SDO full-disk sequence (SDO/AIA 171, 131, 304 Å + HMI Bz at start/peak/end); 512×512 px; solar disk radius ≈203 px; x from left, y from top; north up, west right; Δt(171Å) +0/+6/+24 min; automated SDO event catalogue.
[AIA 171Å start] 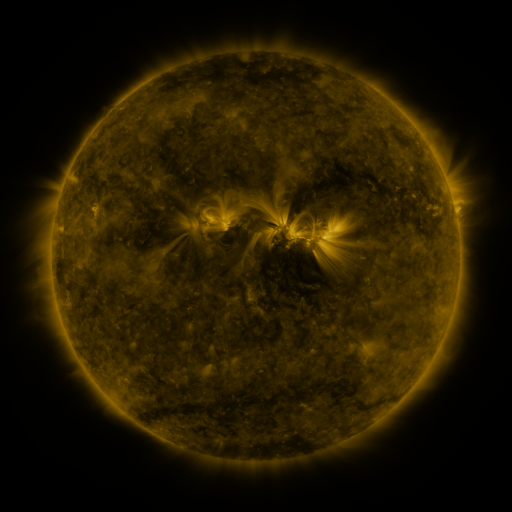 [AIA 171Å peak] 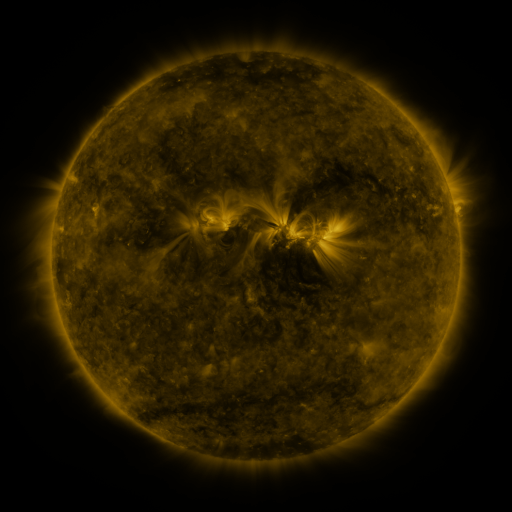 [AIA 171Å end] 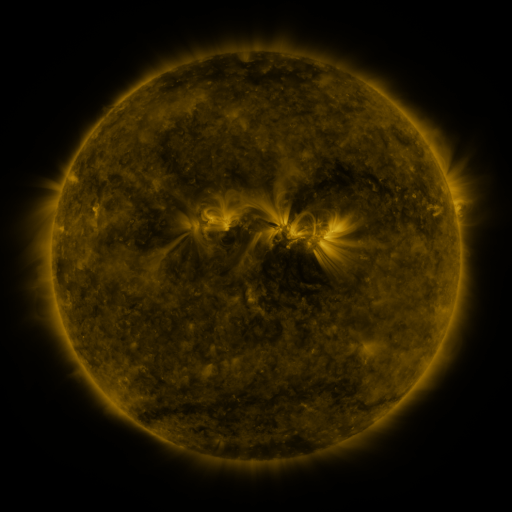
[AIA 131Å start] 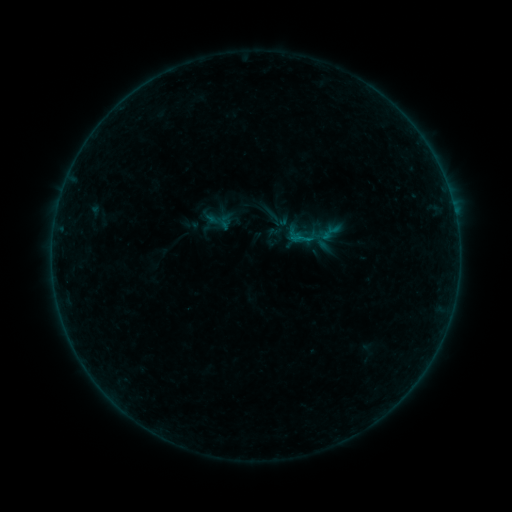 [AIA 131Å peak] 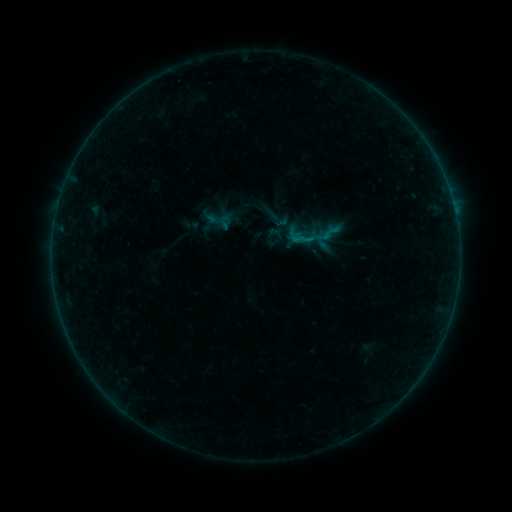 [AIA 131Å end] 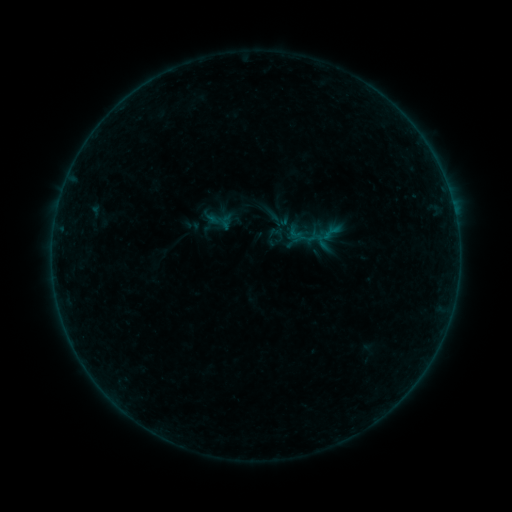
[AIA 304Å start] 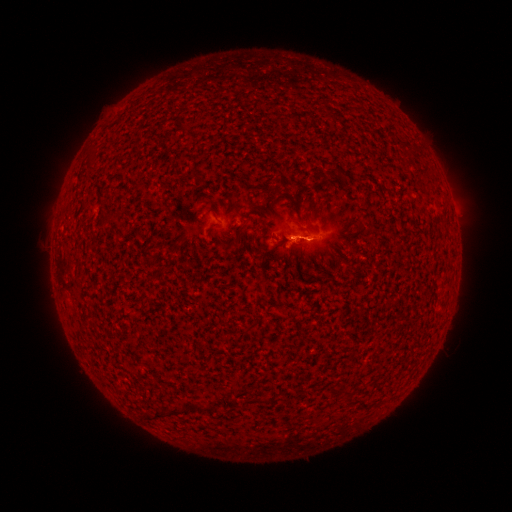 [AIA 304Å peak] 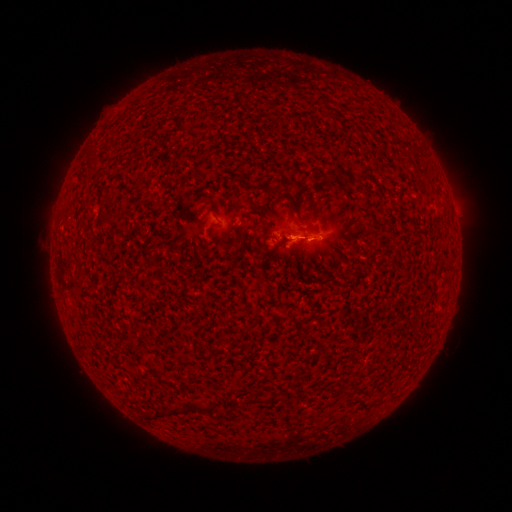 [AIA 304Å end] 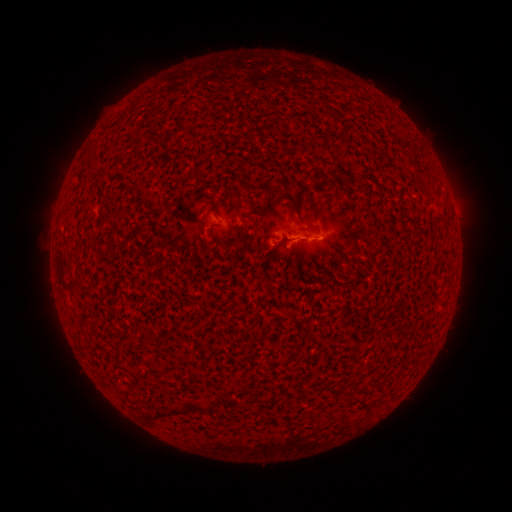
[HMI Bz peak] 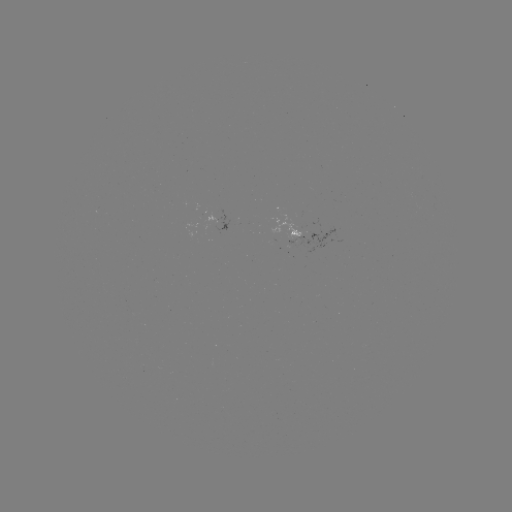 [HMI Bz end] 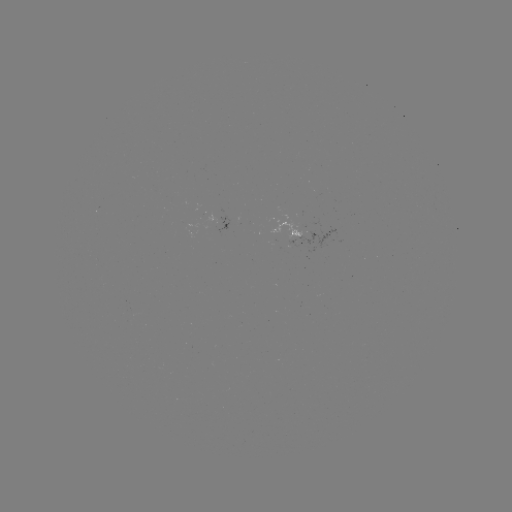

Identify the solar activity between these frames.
B2.9 flare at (294, 242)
